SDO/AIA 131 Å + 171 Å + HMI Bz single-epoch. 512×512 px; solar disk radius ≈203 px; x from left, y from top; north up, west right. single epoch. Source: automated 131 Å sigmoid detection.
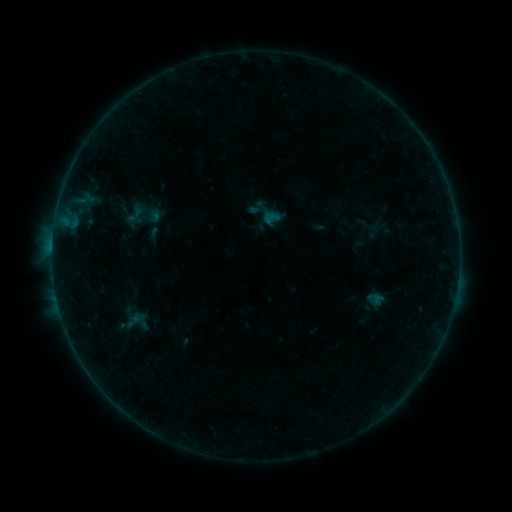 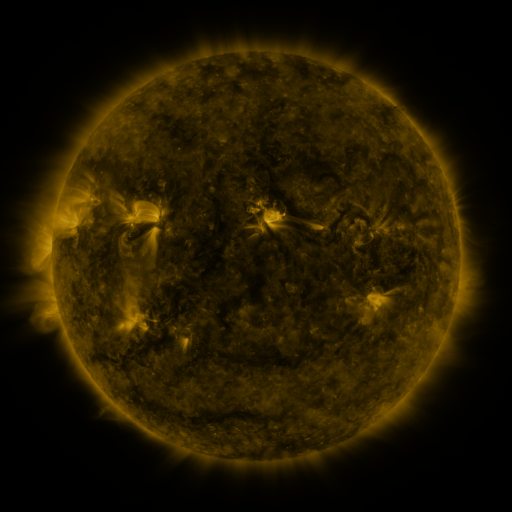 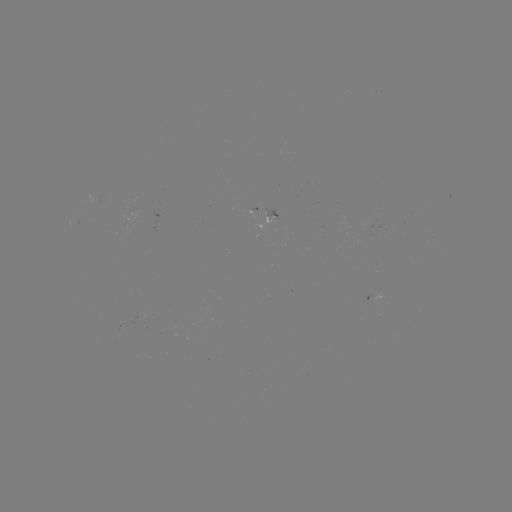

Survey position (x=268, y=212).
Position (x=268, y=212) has sigmoid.